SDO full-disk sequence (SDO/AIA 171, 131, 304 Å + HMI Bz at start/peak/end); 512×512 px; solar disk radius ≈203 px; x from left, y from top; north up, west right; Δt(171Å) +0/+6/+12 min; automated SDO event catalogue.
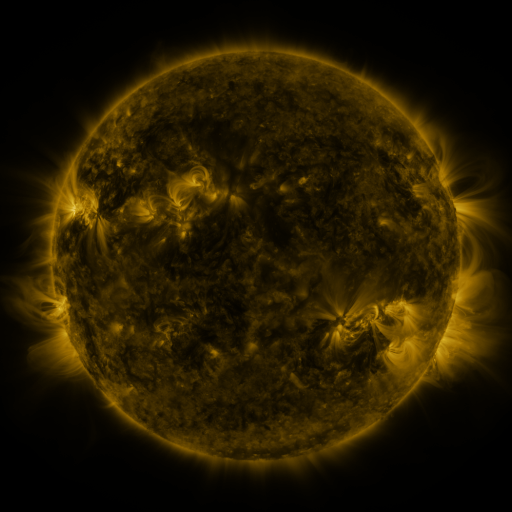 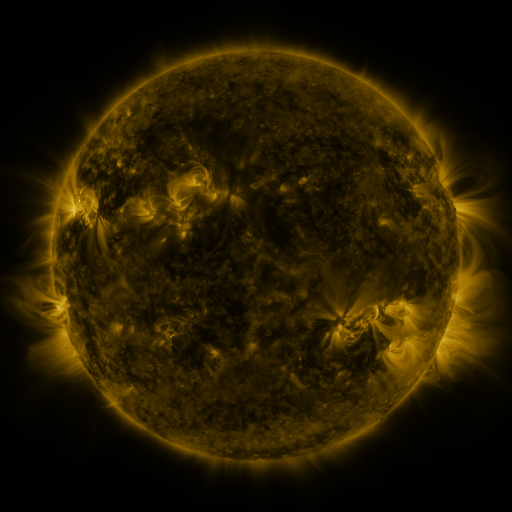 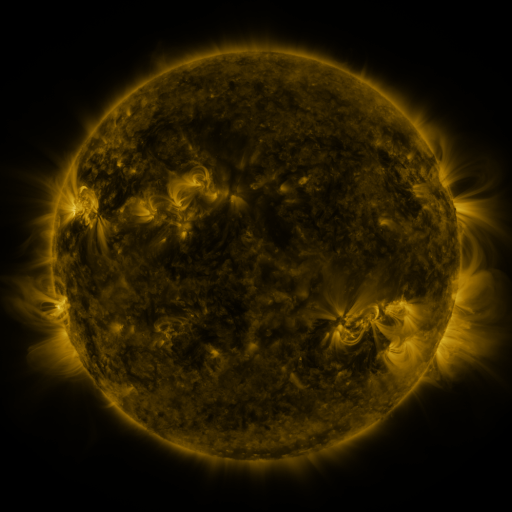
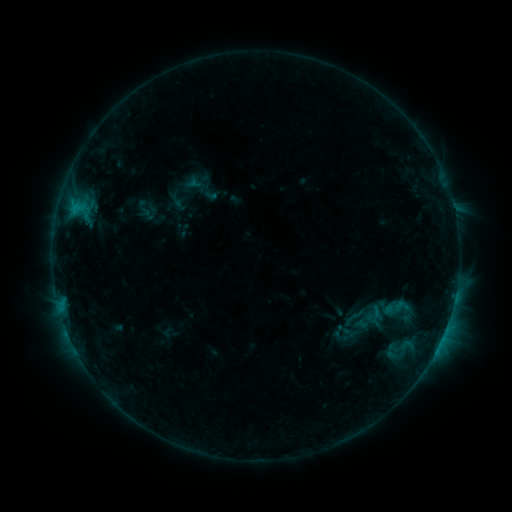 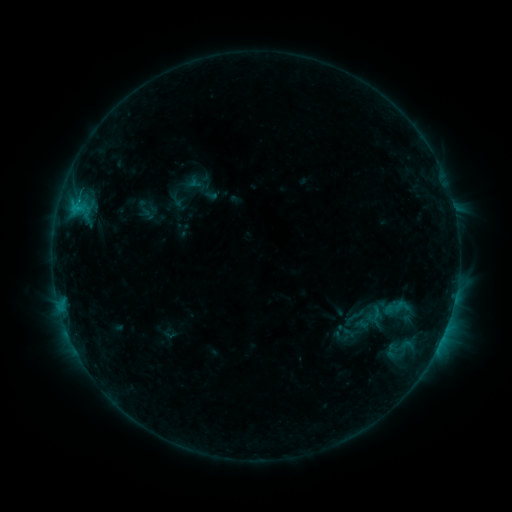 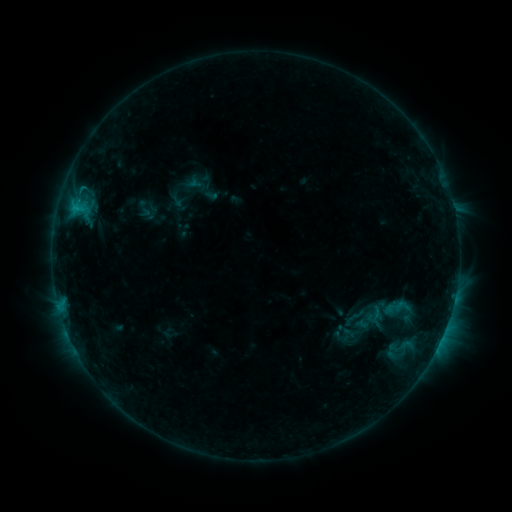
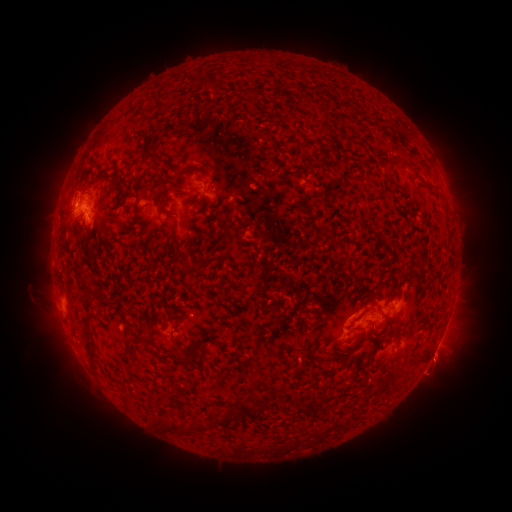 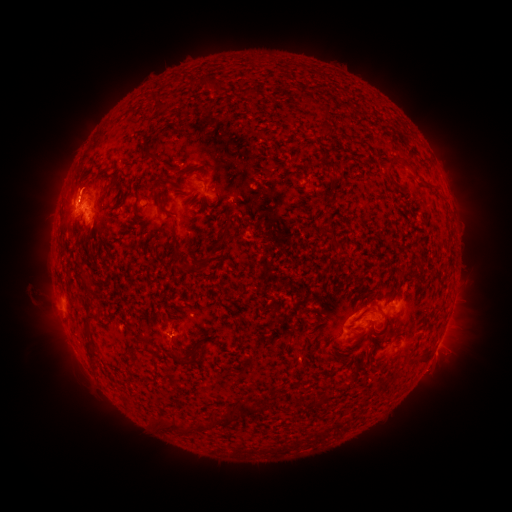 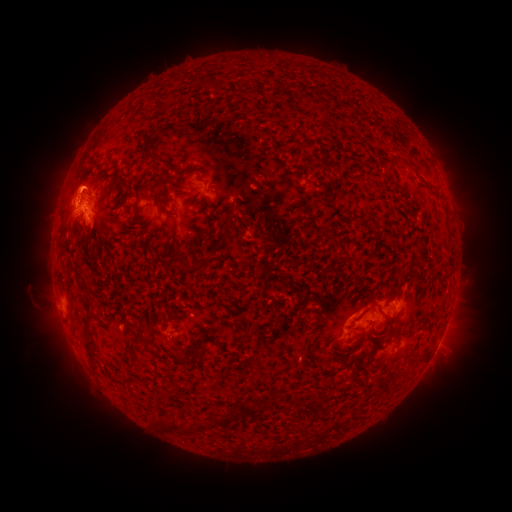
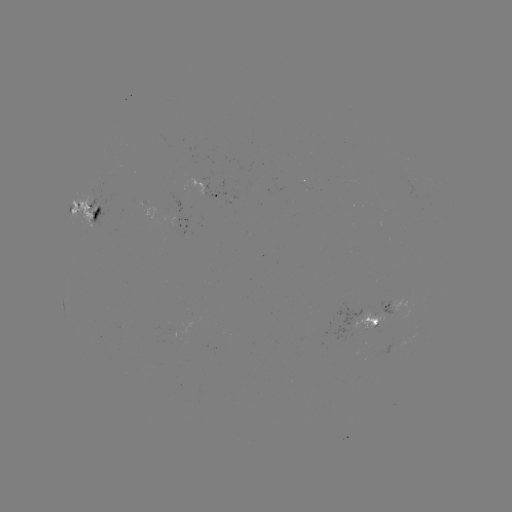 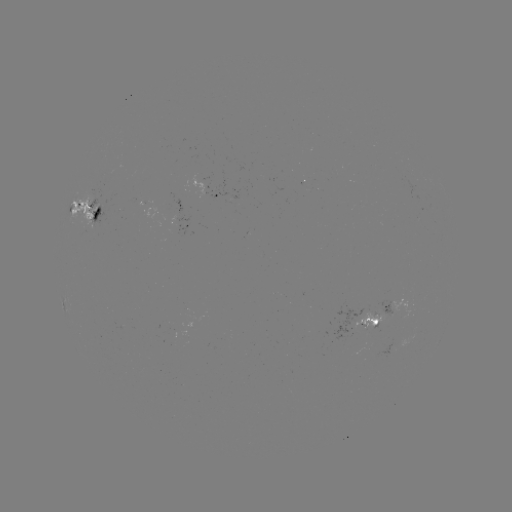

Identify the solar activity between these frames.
eruption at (74, 180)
